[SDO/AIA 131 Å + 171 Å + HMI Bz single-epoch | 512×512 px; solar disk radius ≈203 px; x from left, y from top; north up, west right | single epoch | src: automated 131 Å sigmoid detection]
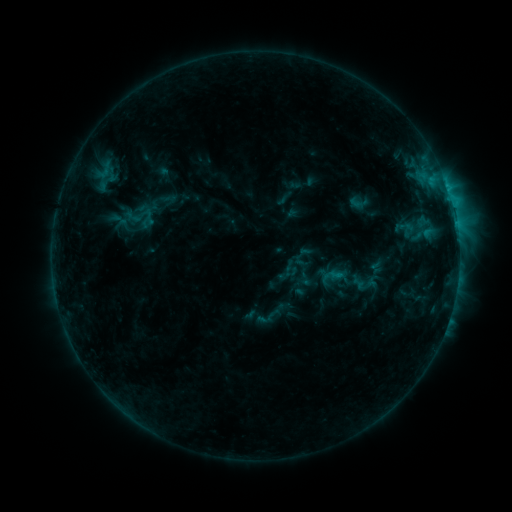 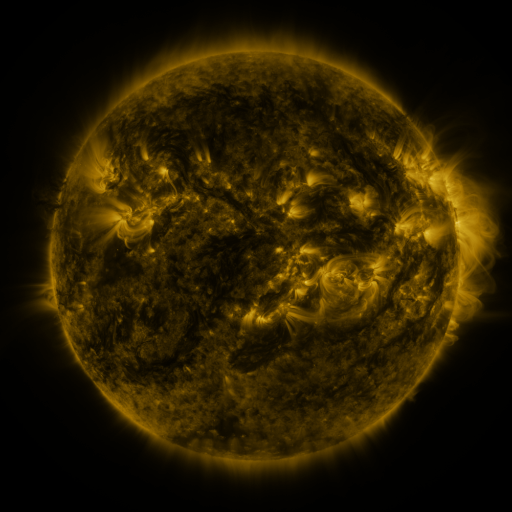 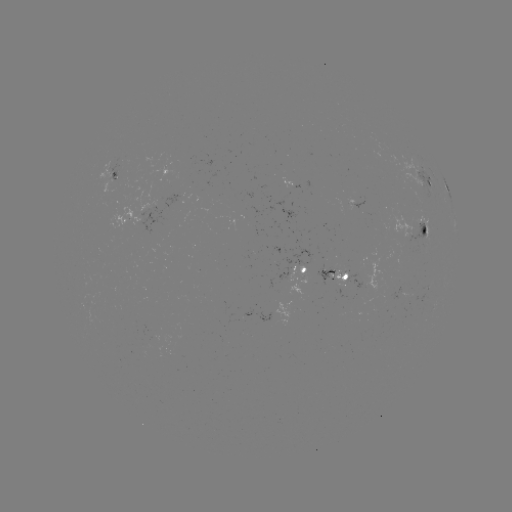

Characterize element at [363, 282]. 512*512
sigmoid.